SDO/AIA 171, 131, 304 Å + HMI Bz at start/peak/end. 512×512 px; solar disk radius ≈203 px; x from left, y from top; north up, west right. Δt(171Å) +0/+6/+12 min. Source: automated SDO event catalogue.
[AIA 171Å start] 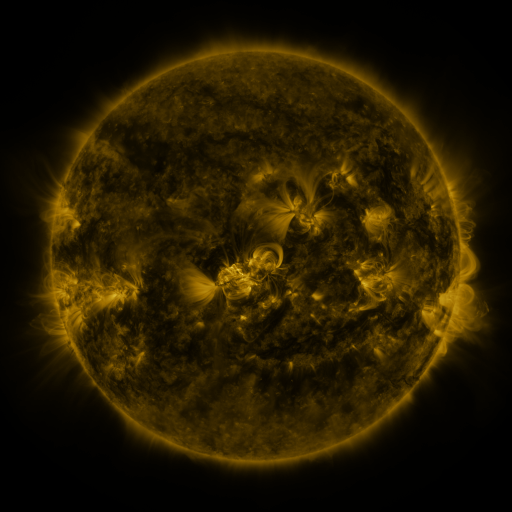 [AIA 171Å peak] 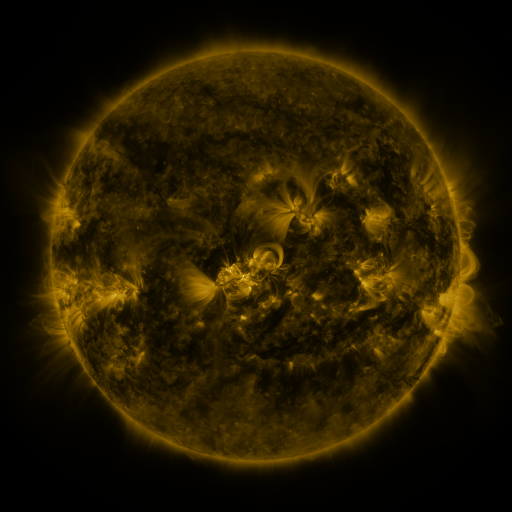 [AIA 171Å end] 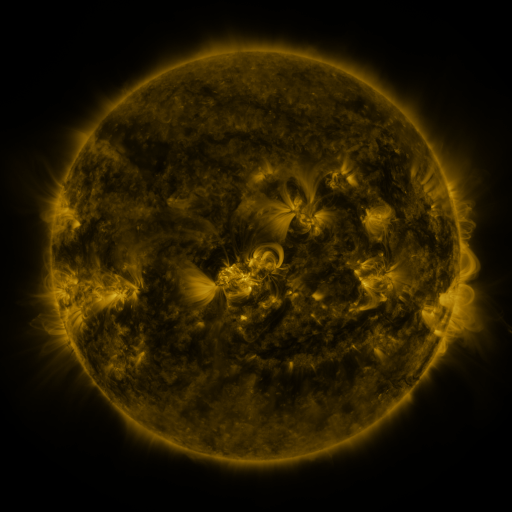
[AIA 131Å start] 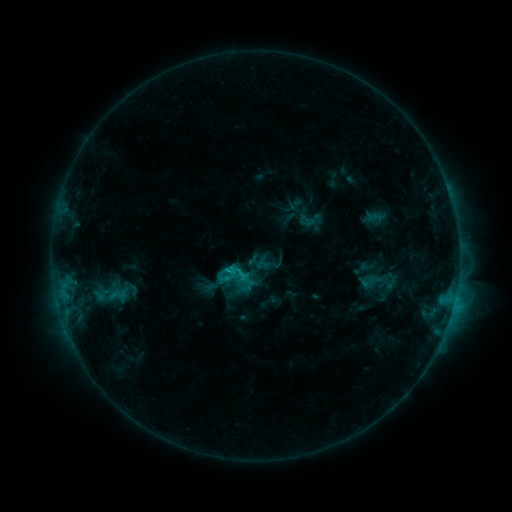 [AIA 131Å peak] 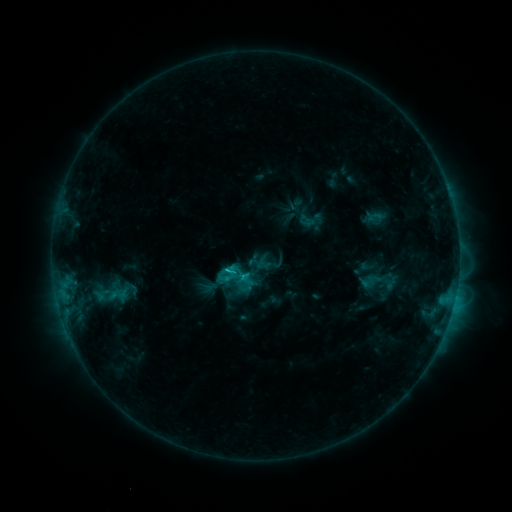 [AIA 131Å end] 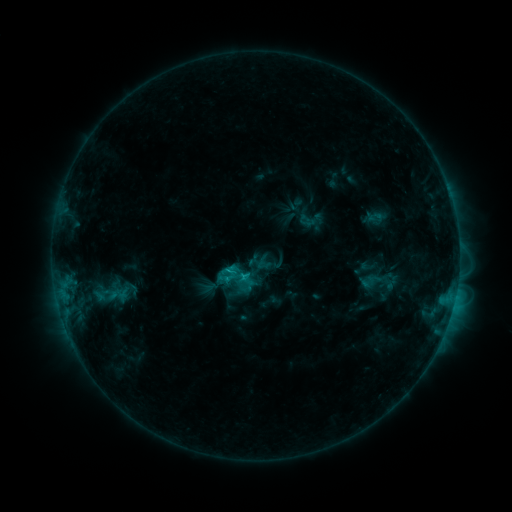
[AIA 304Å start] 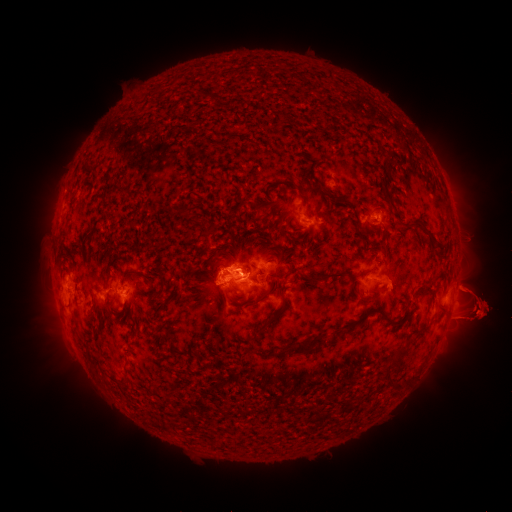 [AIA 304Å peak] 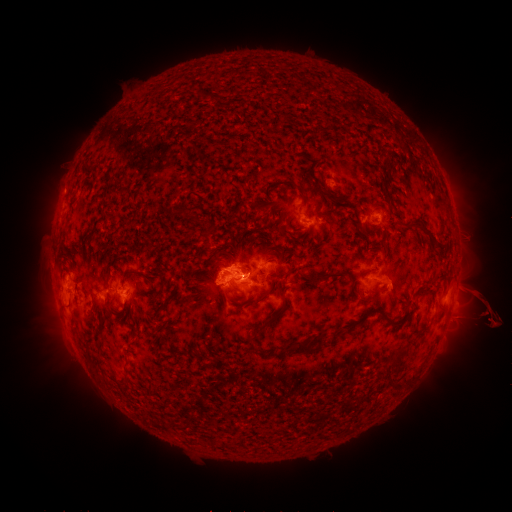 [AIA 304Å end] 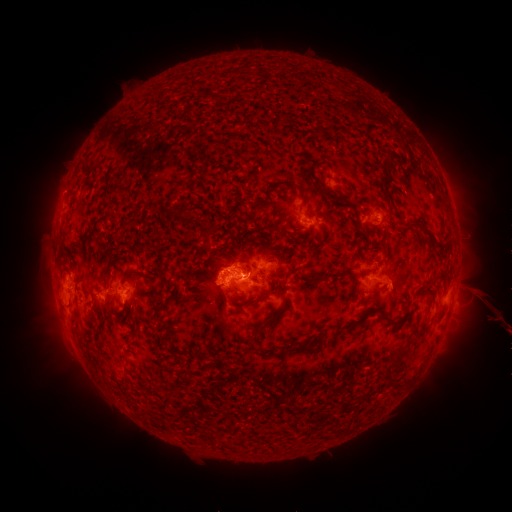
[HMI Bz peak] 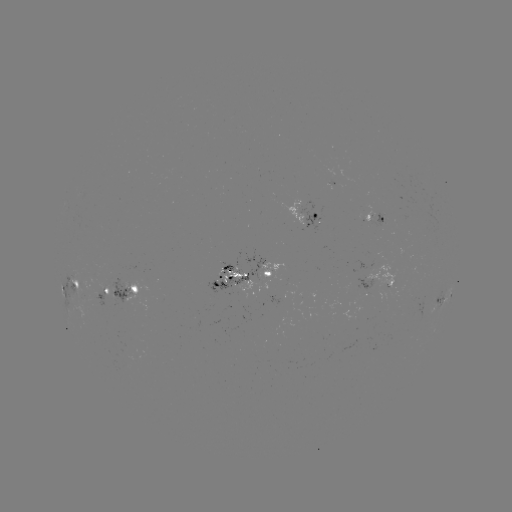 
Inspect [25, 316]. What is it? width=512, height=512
eruption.